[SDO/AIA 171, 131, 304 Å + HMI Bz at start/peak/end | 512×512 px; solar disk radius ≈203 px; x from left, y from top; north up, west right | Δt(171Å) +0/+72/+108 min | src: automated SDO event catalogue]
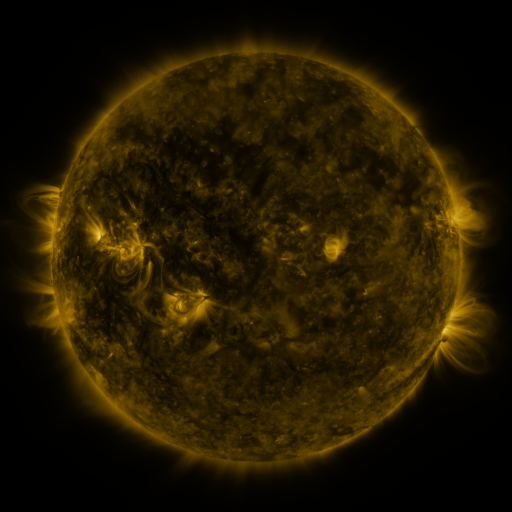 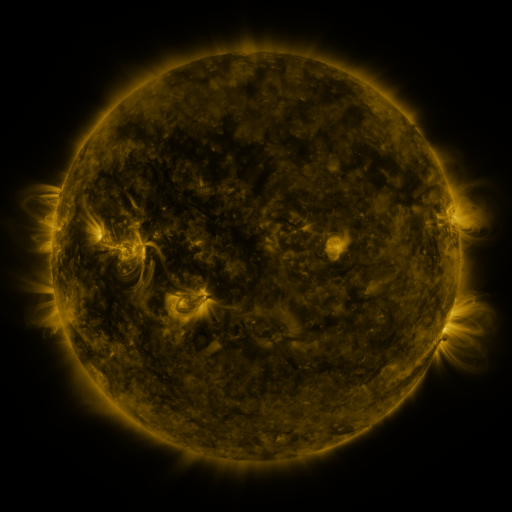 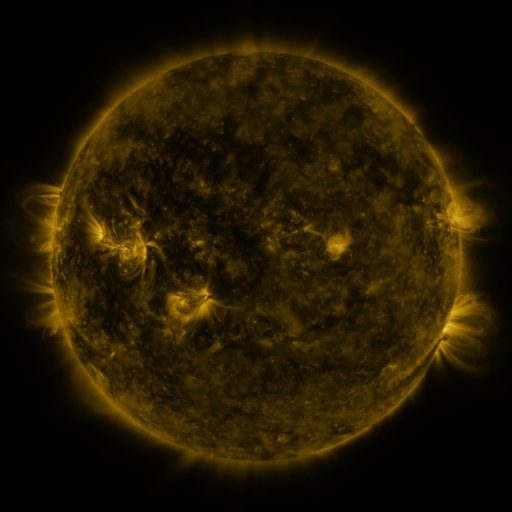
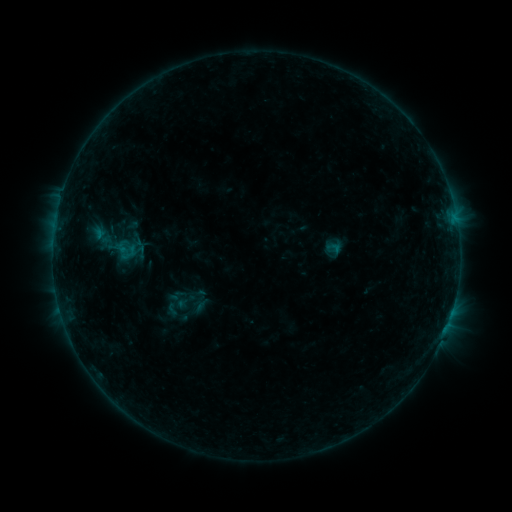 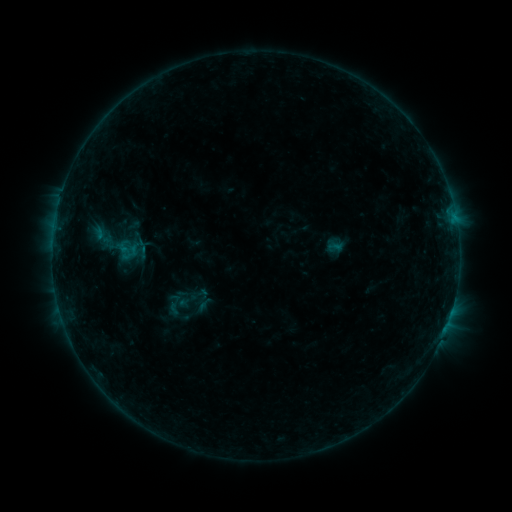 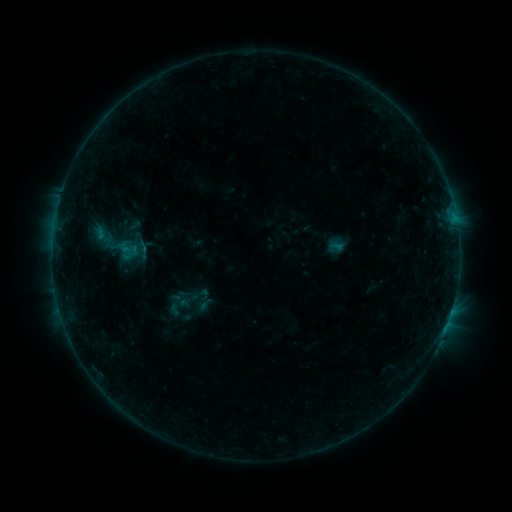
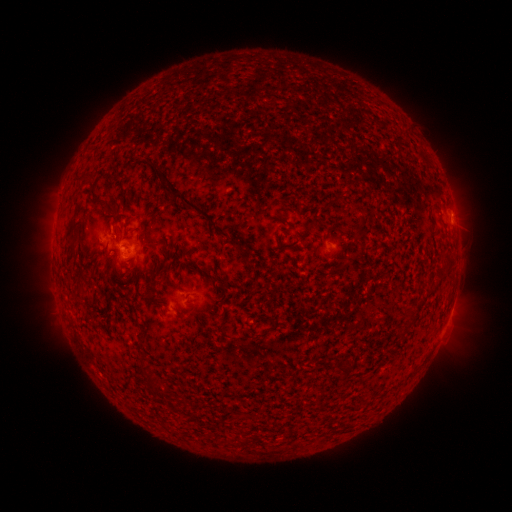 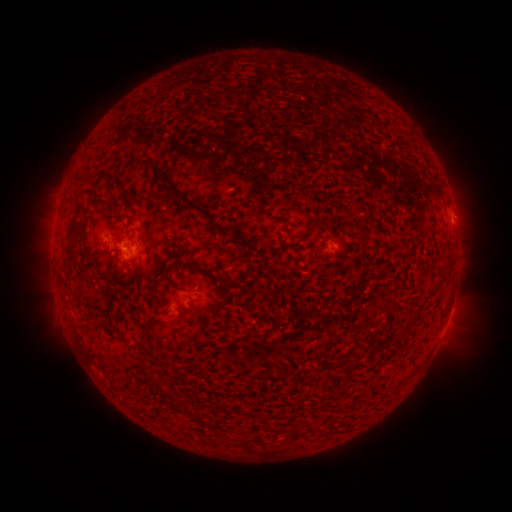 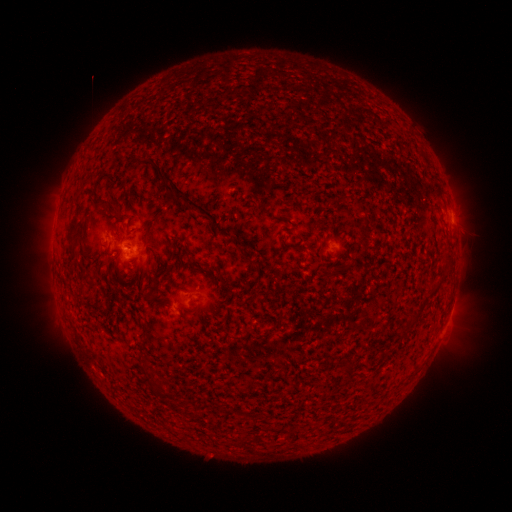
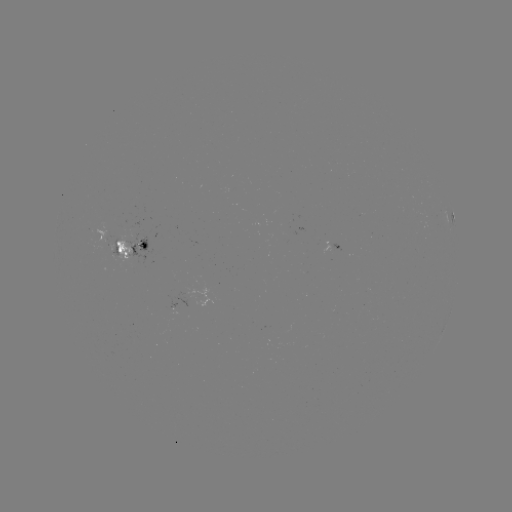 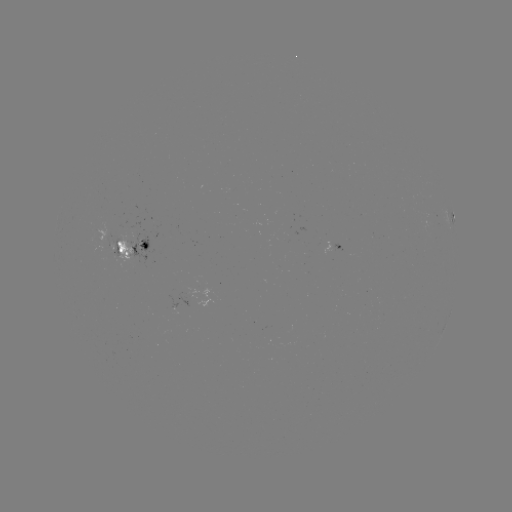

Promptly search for emerging-flux region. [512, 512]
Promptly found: [134, 263].